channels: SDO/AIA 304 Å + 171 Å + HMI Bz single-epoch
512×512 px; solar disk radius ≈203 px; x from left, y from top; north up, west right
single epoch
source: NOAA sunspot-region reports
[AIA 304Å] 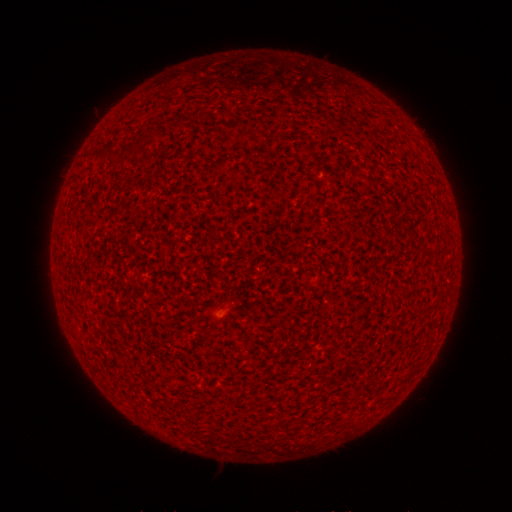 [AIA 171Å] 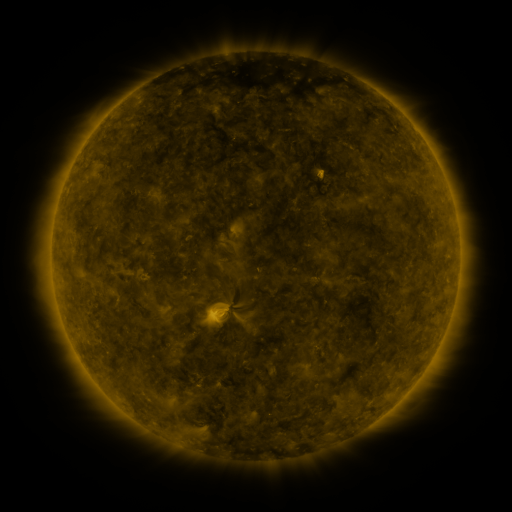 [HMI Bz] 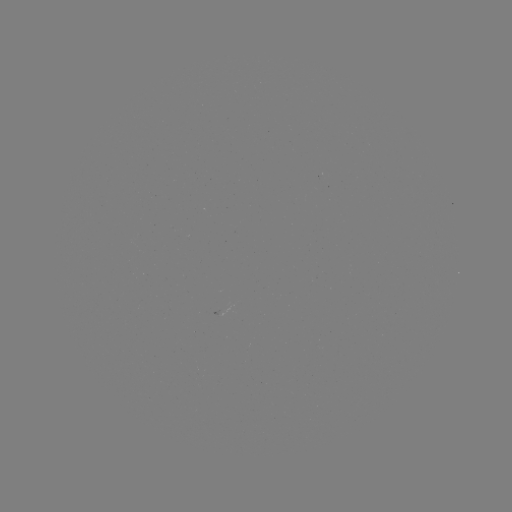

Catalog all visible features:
(none)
